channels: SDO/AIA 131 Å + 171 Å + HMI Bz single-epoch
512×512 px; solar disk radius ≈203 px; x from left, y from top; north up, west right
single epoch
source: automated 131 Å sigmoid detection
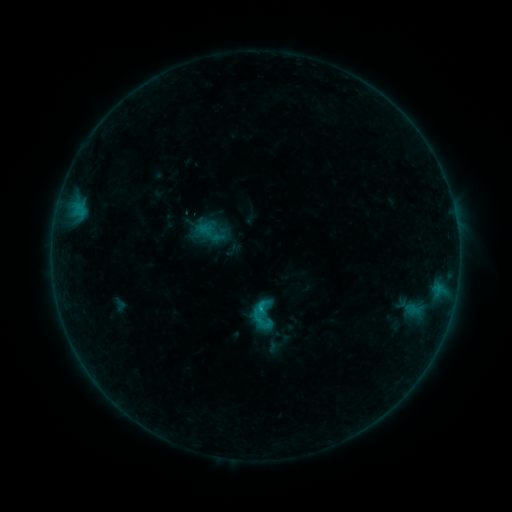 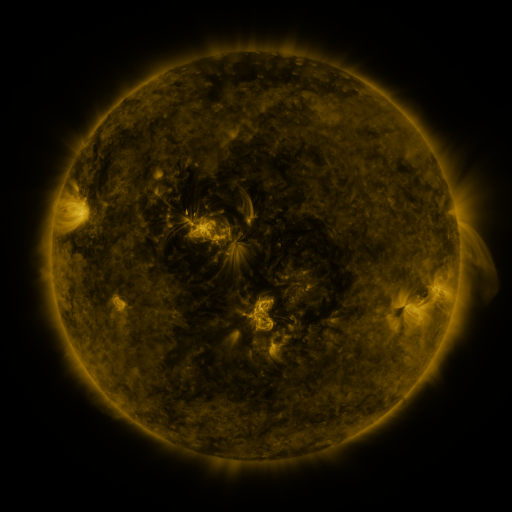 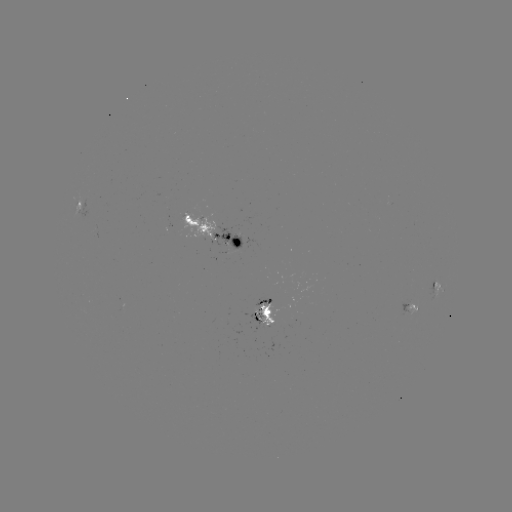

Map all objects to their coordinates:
sigmoid: (263, 317)
